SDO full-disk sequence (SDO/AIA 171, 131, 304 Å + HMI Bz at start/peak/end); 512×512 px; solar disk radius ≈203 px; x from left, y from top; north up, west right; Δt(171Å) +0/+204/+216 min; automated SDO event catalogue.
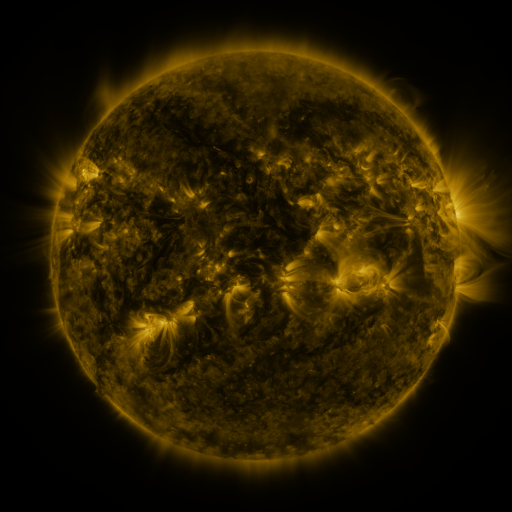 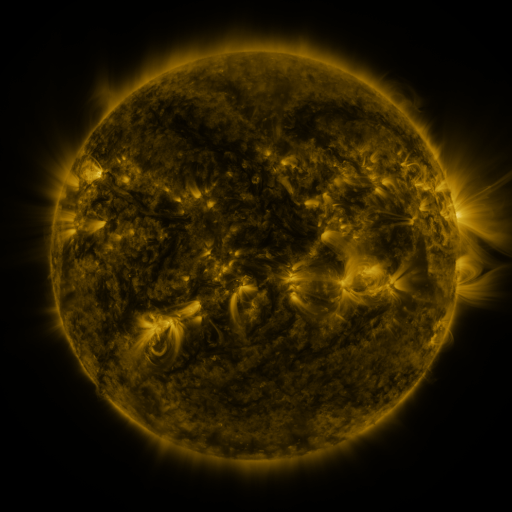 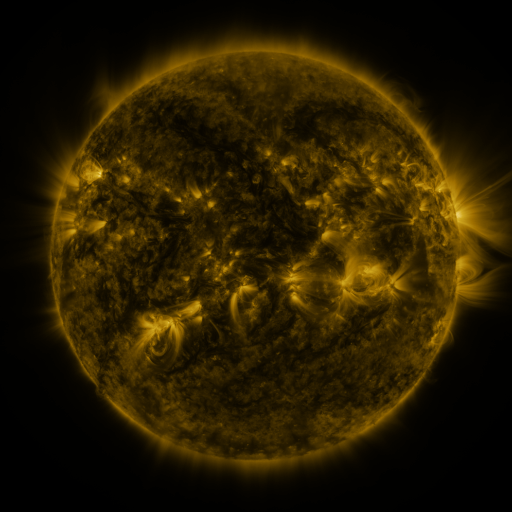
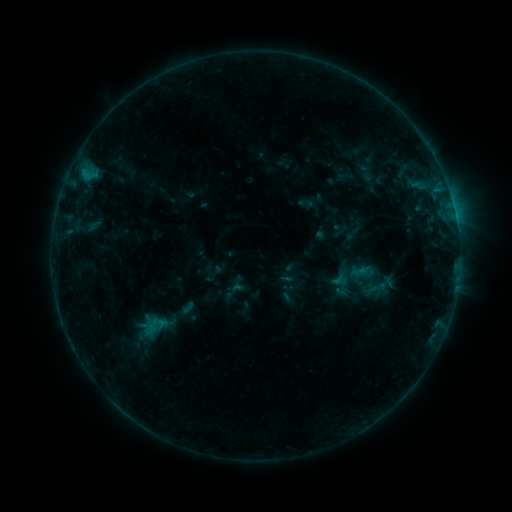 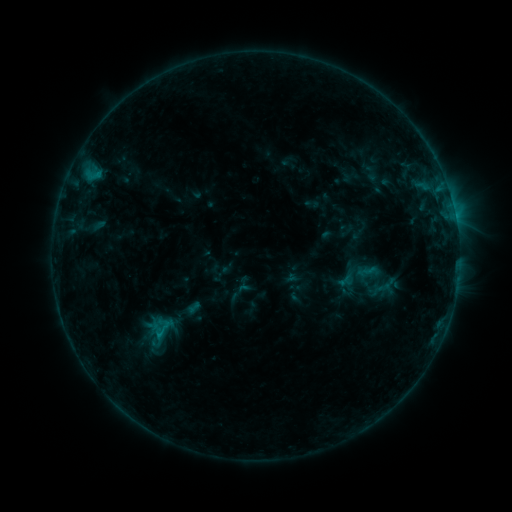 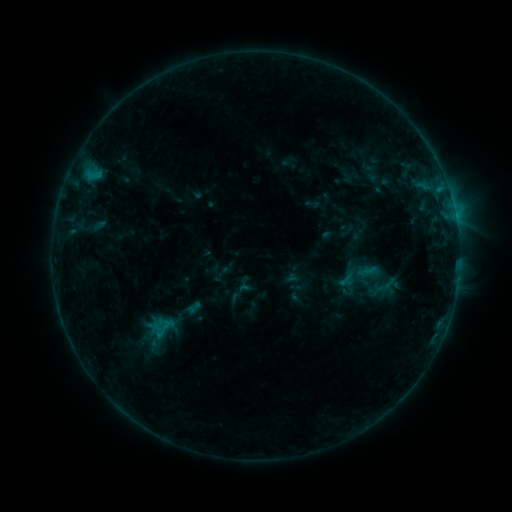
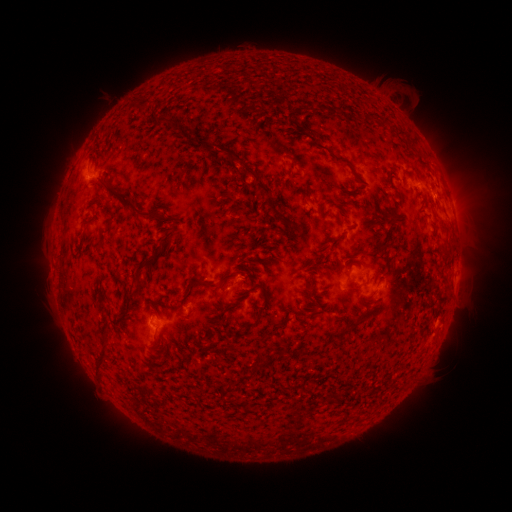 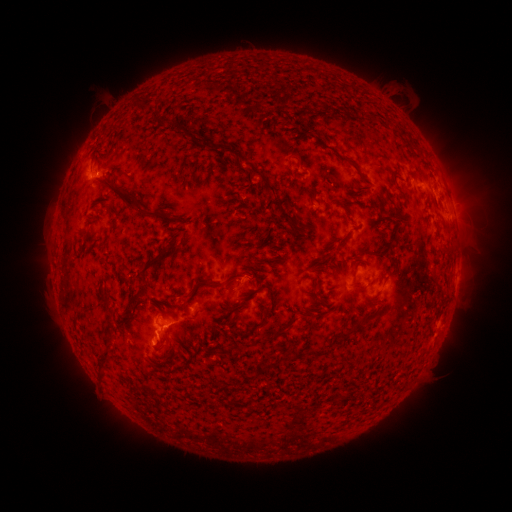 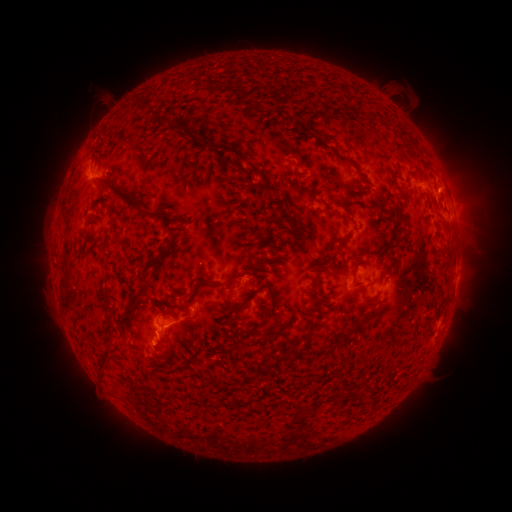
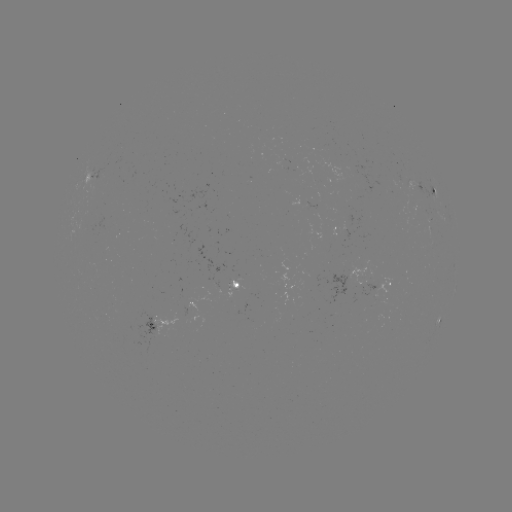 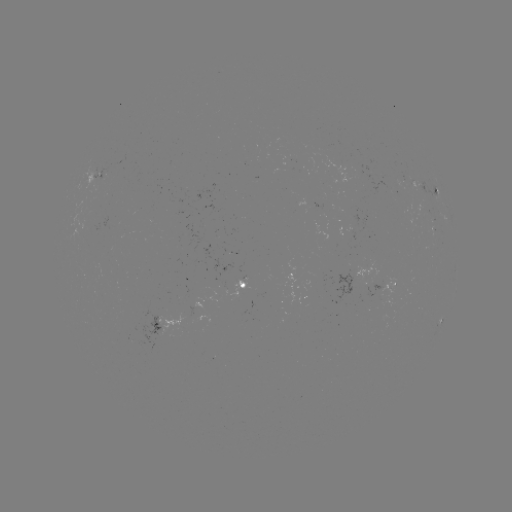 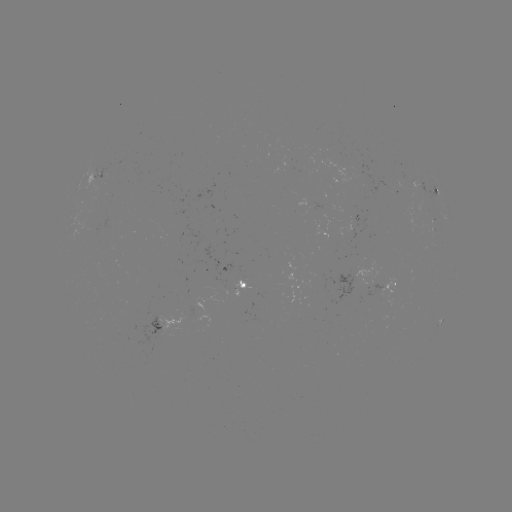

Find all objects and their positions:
emerging-flux region: (409, 185)
